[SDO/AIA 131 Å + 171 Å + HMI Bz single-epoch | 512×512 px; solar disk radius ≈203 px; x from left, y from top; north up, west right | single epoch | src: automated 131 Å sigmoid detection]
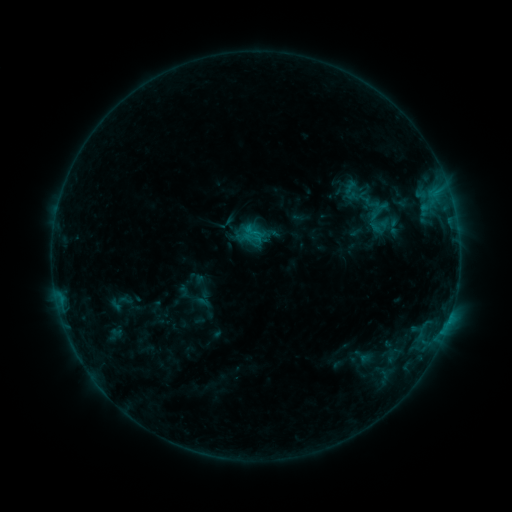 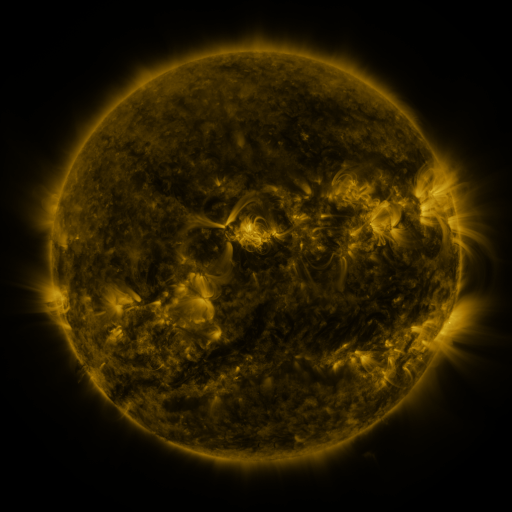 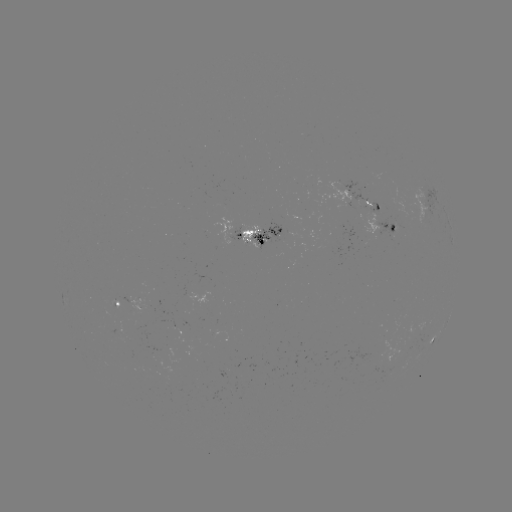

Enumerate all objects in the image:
sigmoid: (366, 215, 392, 237)
